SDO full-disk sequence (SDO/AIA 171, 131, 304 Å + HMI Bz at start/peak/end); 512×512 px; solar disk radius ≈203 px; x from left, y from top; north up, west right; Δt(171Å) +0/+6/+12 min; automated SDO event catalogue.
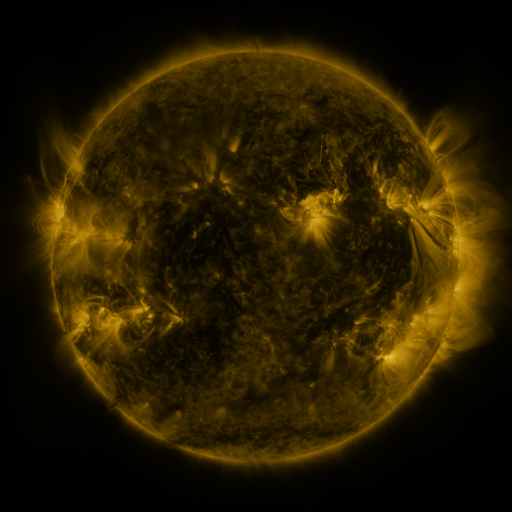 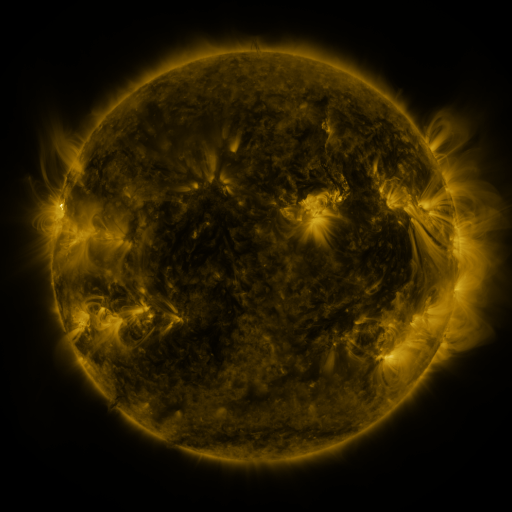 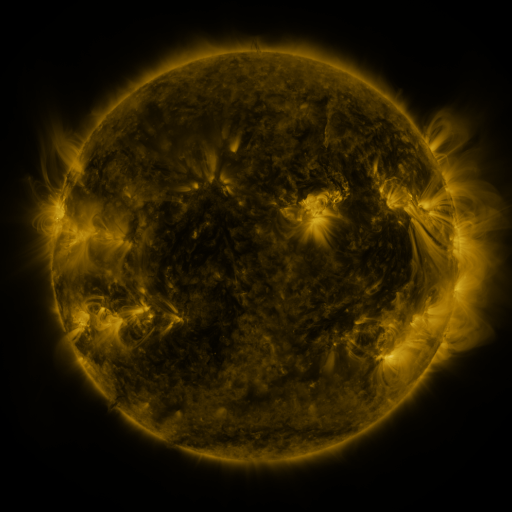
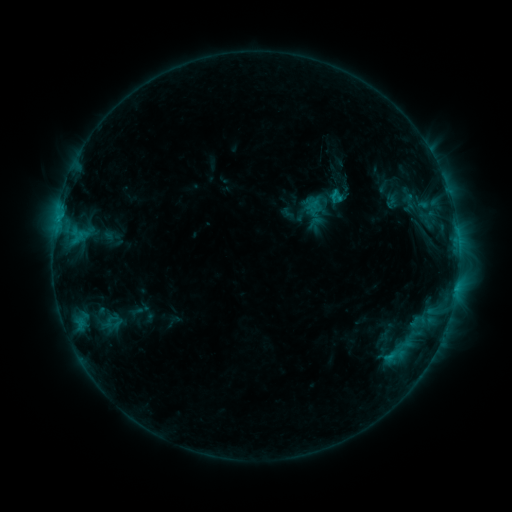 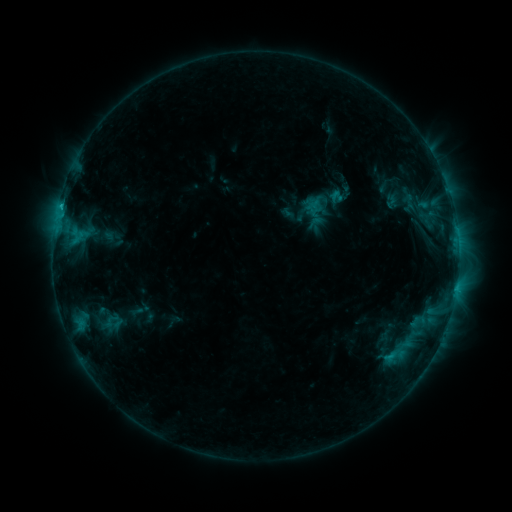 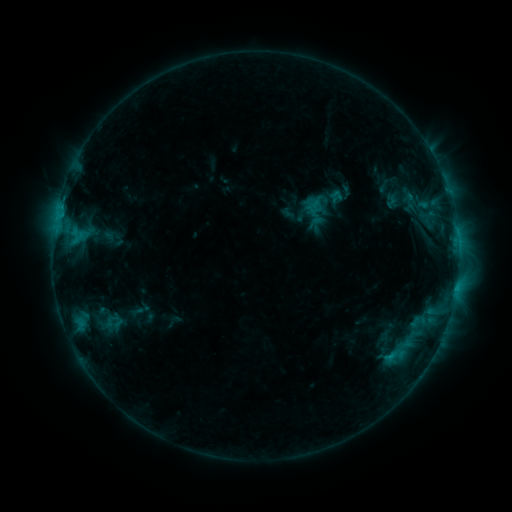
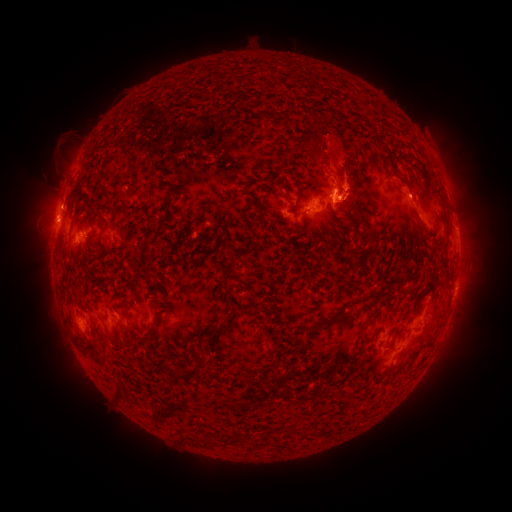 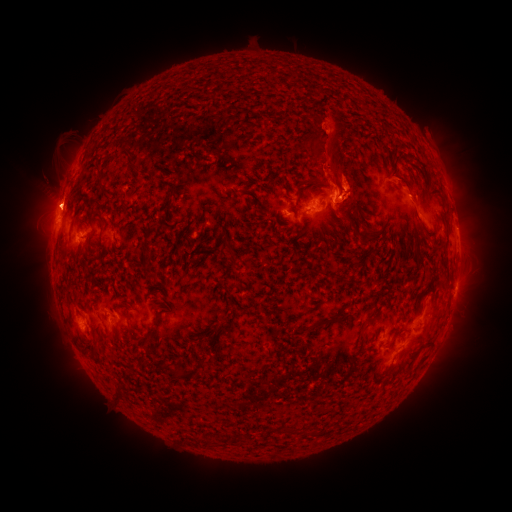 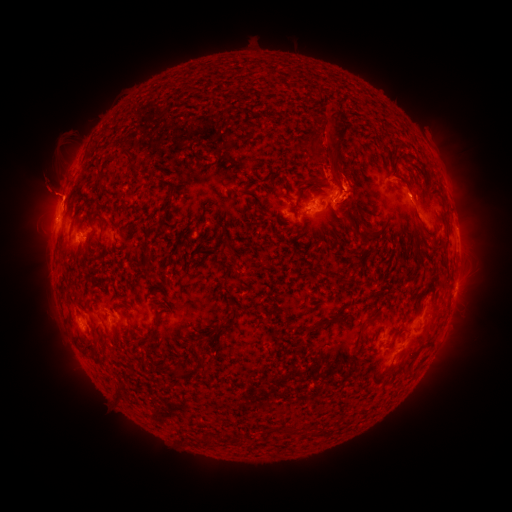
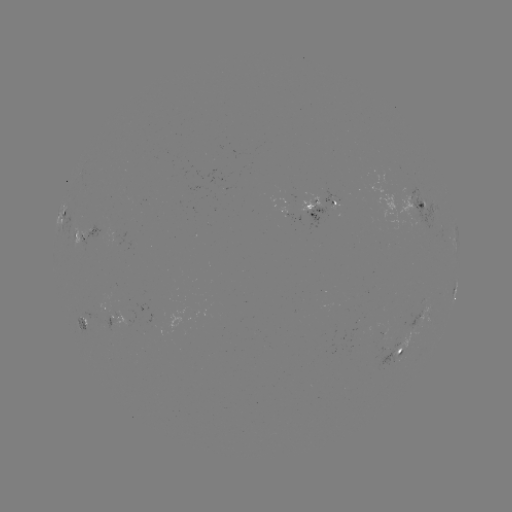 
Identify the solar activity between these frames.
eruption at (57, 146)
